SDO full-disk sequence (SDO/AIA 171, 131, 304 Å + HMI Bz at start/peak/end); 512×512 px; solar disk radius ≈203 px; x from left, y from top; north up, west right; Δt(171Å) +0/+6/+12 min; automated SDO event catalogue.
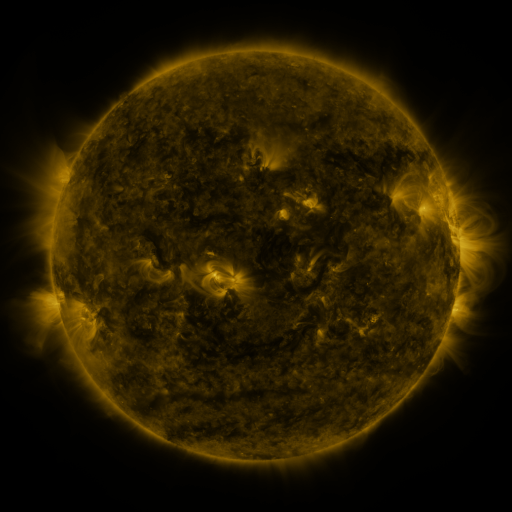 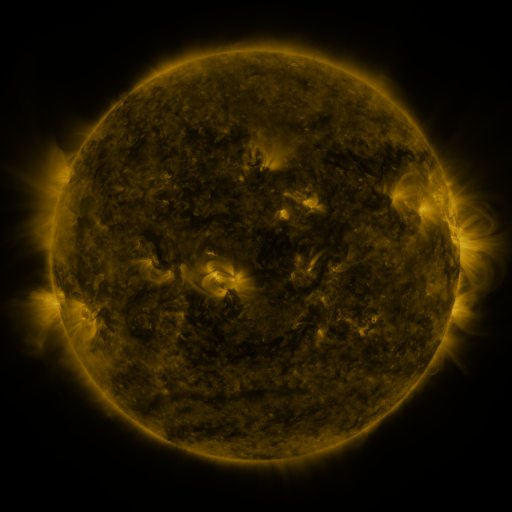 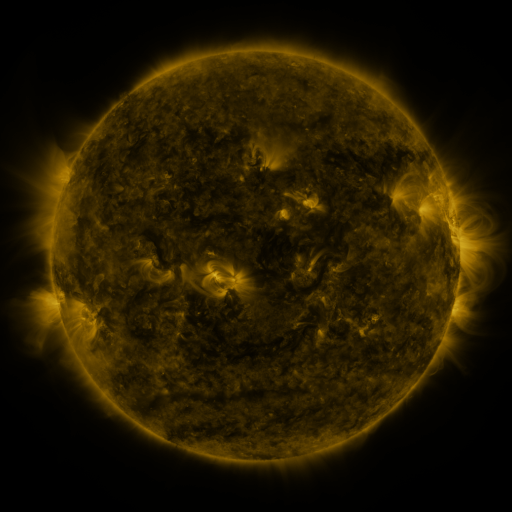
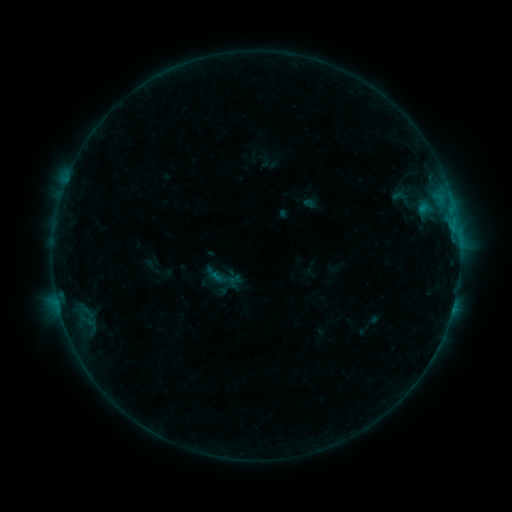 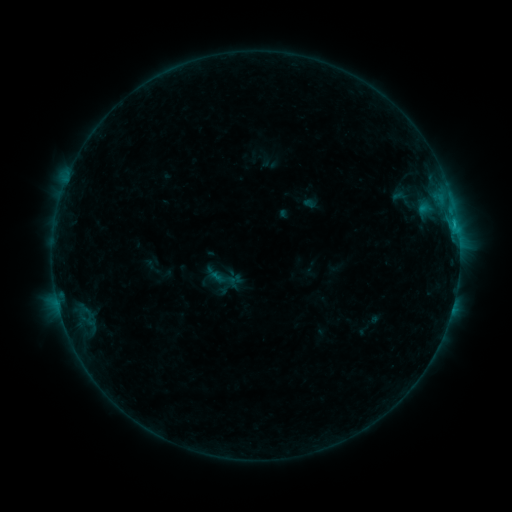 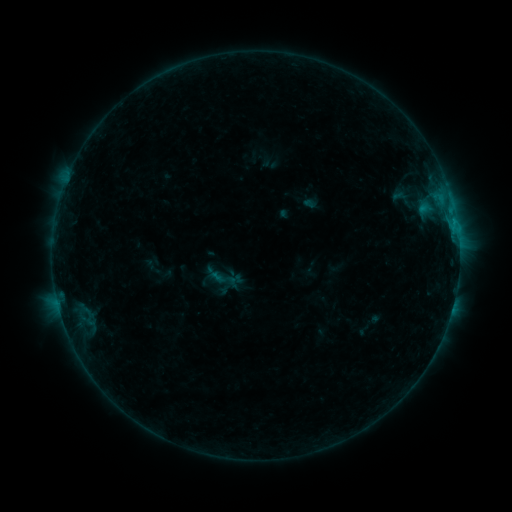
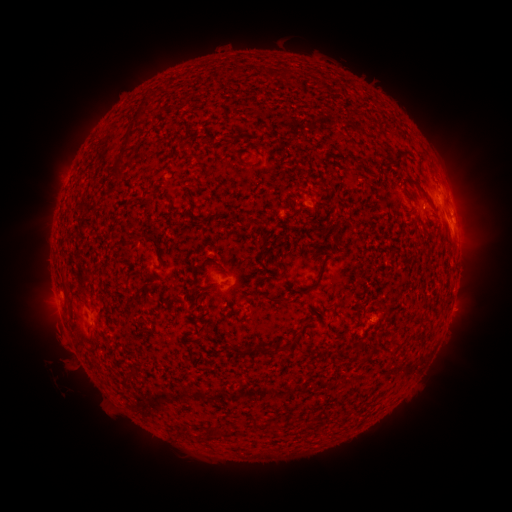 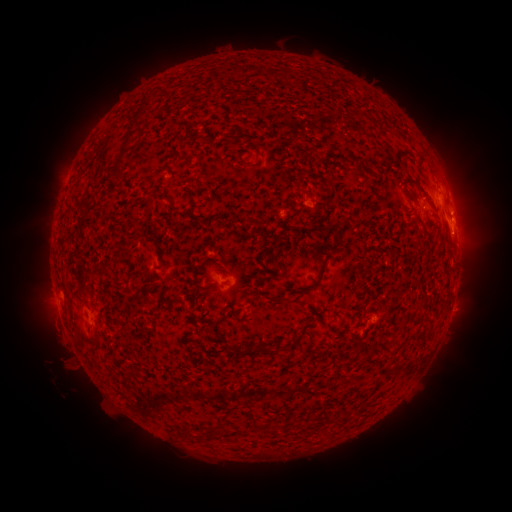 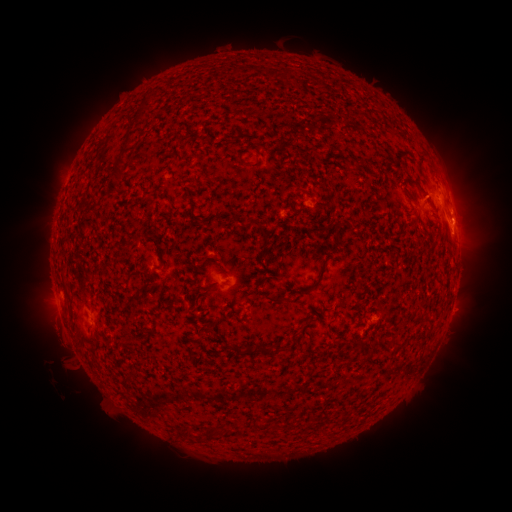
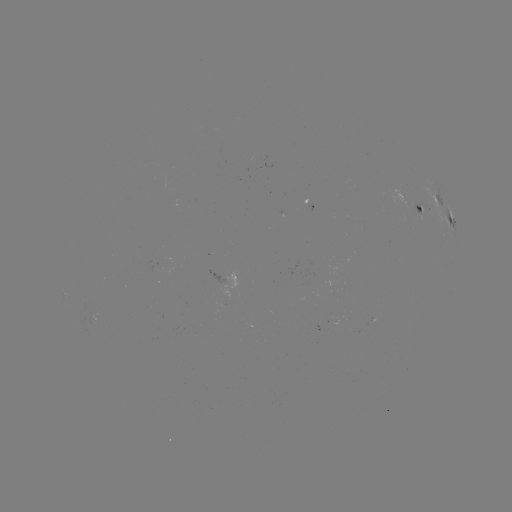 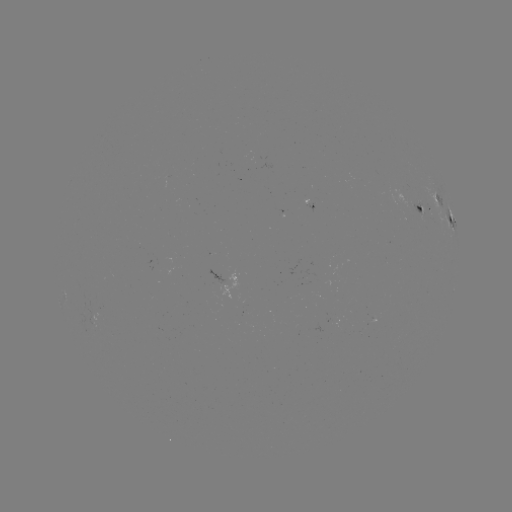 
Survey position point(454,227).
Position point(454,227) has B5.7 flare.